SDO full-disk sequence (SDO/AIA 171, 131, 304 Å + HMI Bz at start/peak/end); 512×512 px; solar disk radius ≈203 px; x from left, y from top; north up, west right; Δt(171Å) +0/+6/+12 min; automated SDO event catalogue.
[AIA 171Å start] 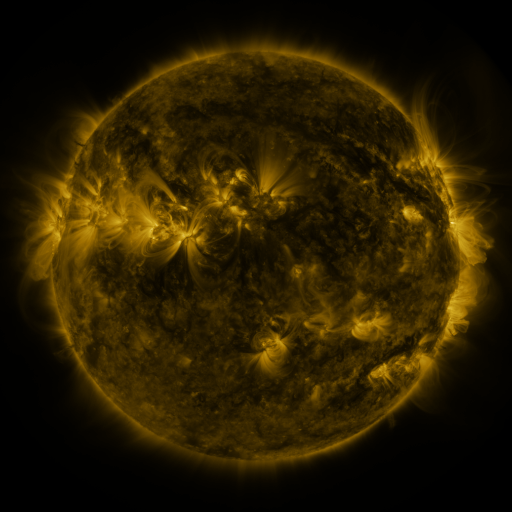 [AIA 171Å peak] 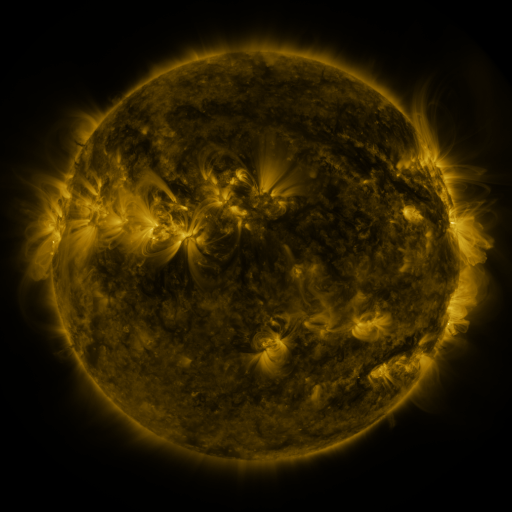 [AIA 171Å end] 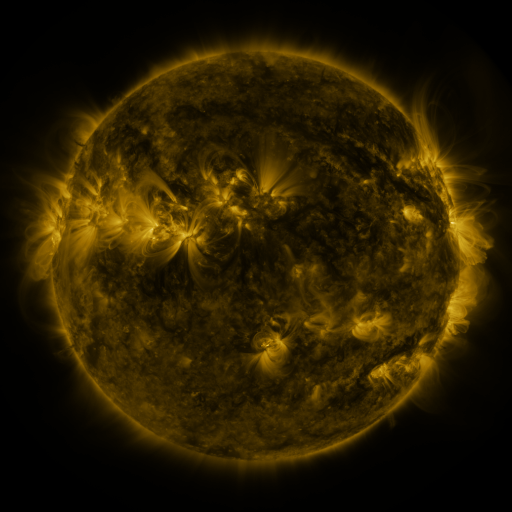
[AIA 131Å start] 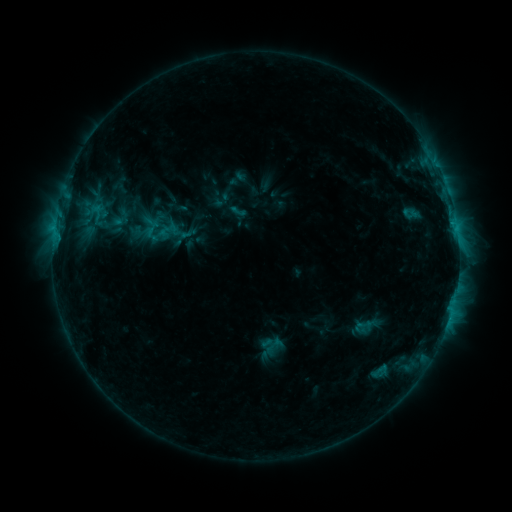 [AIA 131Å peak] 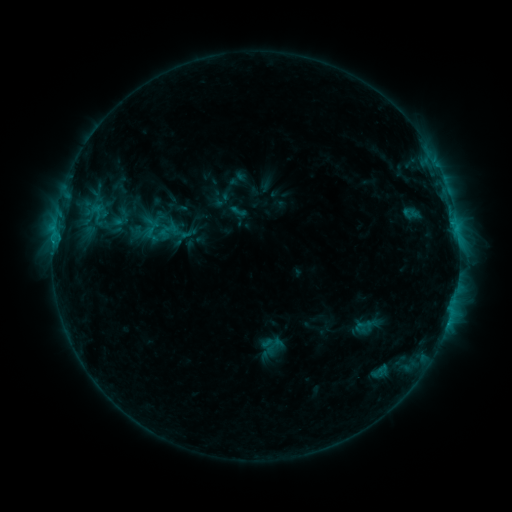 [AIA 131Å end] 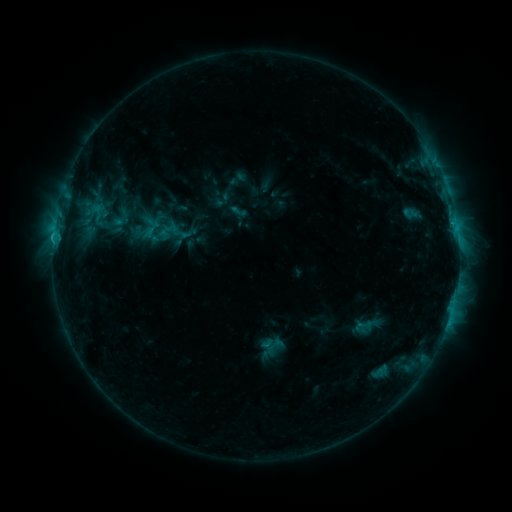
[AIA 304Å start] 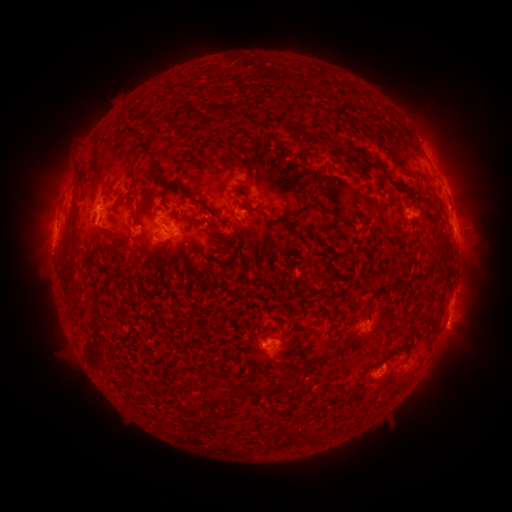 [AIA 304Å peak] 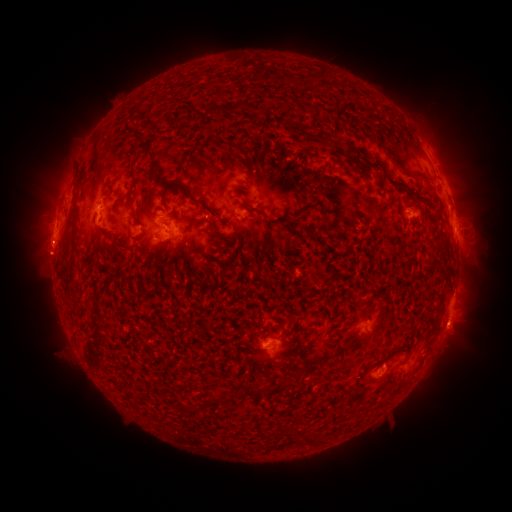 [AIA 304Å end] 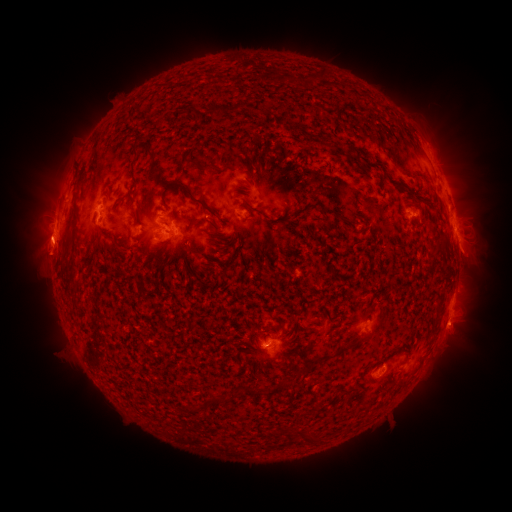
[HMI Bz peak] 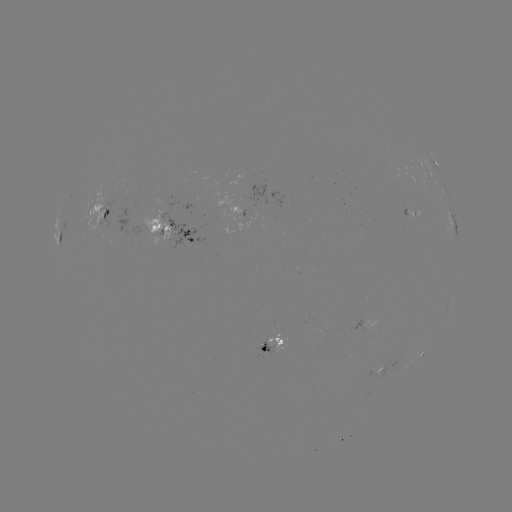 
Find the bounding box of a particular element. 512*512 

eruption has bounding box [16, 214, 73, 277].